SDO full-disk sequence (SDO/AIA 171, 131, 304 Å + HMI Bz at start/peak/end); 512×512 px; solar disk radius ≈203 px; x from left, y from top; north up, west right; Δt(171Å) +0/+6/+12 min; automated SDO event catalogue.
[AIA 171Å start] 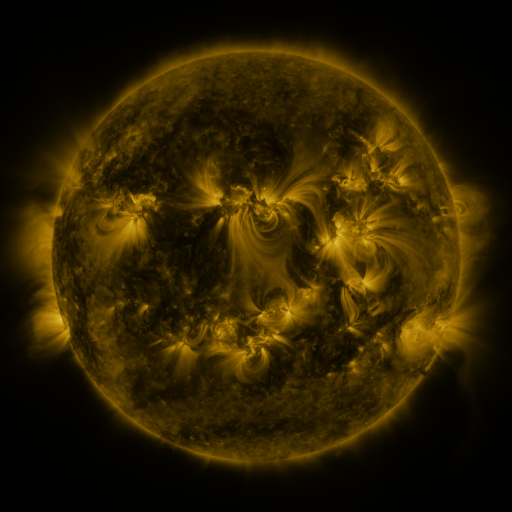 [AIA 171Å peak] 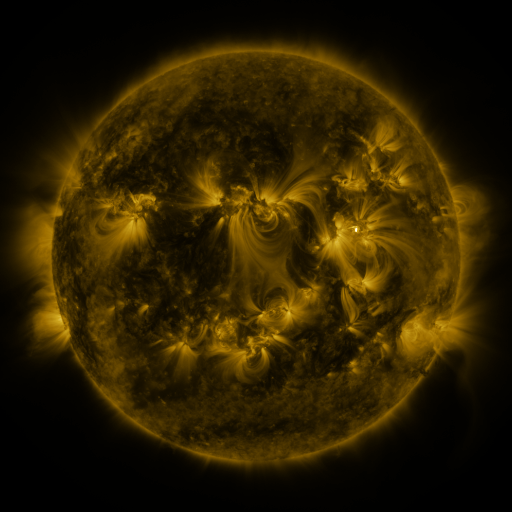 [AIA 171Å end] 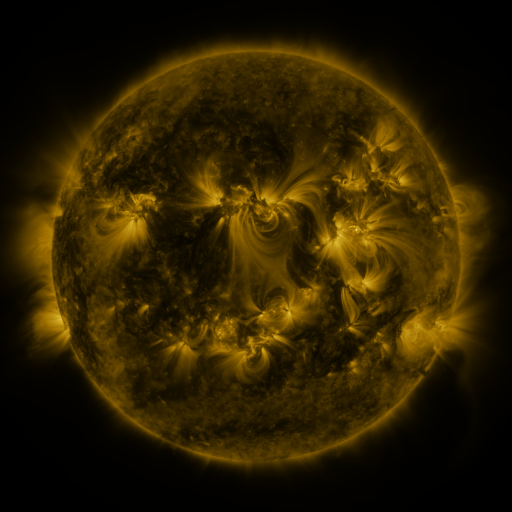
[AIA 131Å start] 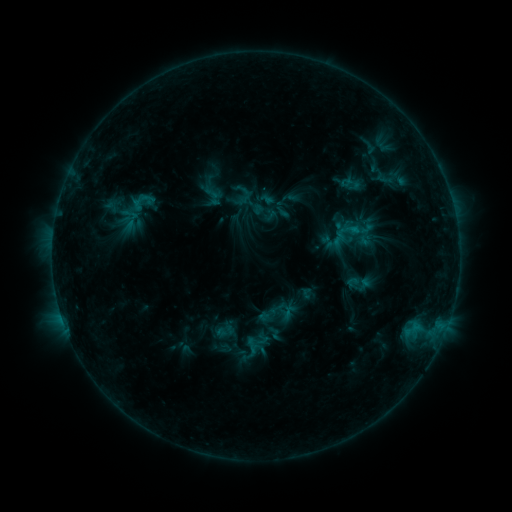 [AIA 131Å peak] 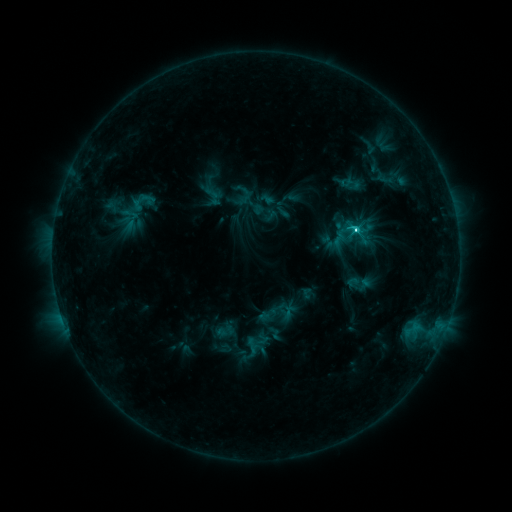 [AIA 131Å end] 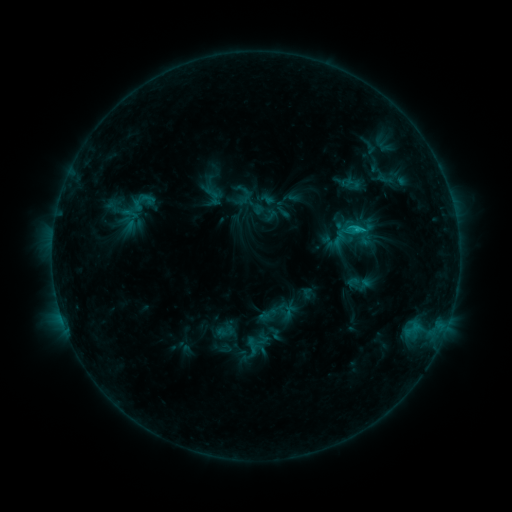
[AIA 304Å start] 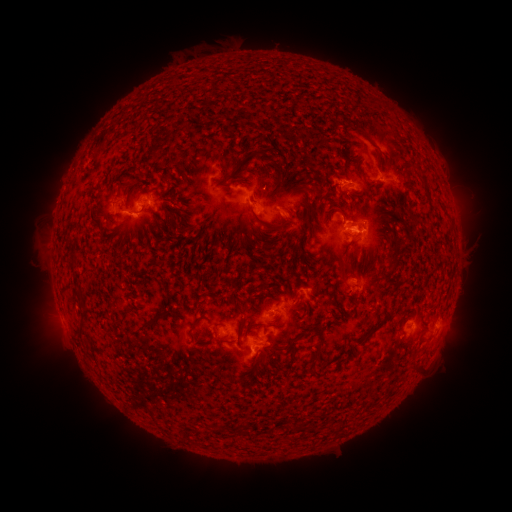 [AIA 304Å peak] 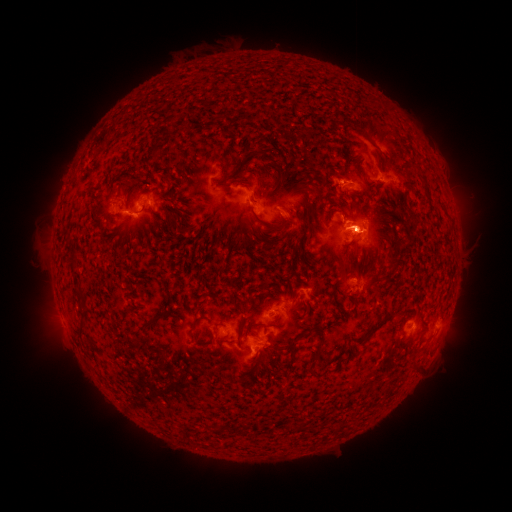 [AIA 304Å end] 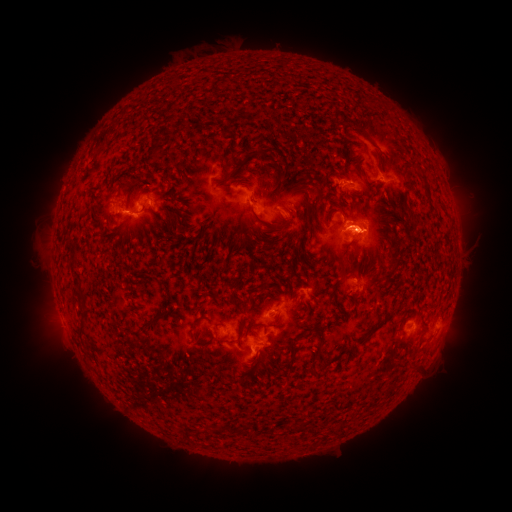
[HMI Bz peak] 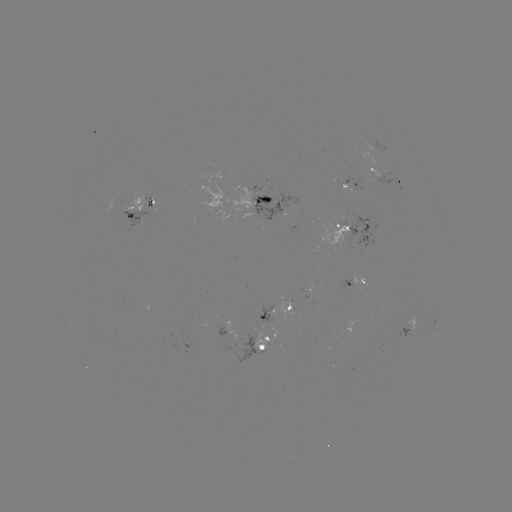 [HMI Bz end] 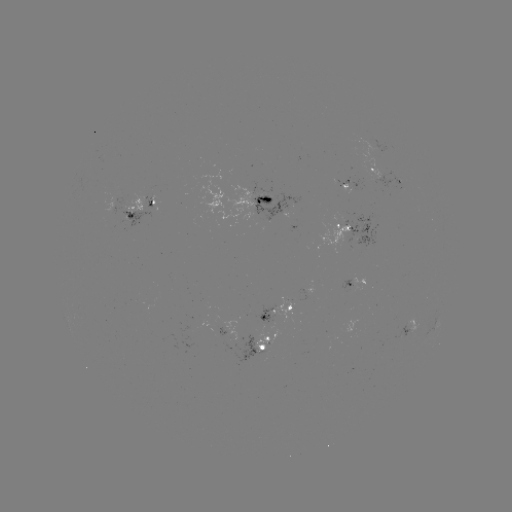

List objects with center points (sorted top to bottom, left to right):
C5.0 flare: (354, 230)
